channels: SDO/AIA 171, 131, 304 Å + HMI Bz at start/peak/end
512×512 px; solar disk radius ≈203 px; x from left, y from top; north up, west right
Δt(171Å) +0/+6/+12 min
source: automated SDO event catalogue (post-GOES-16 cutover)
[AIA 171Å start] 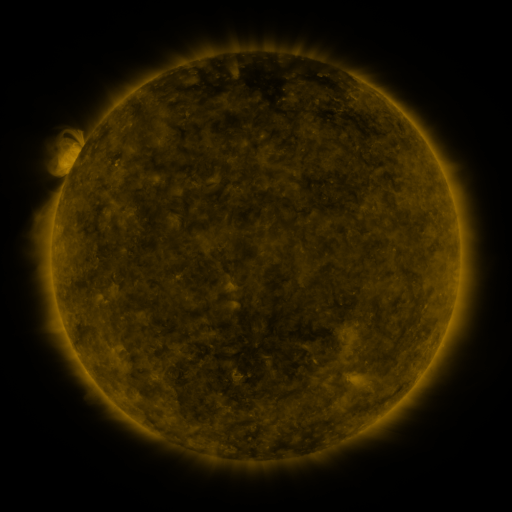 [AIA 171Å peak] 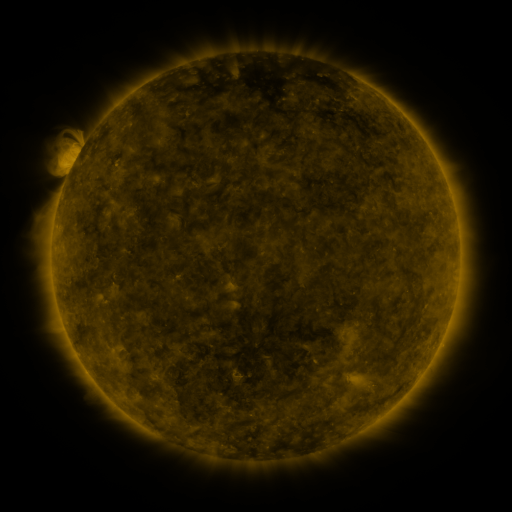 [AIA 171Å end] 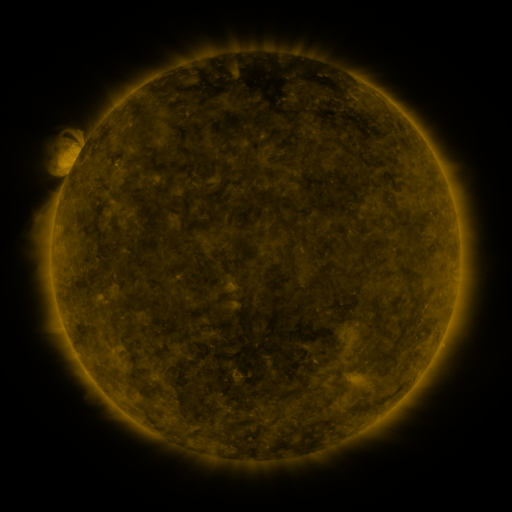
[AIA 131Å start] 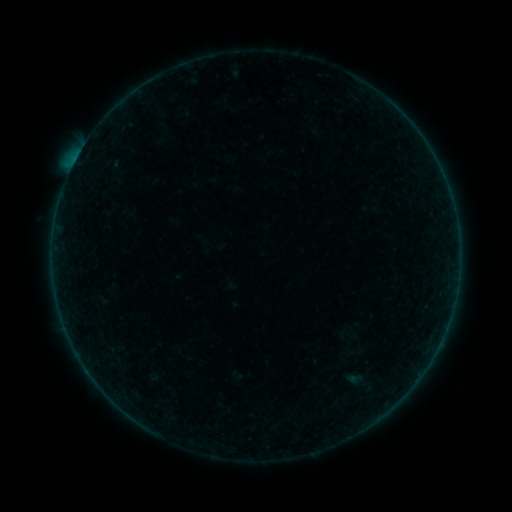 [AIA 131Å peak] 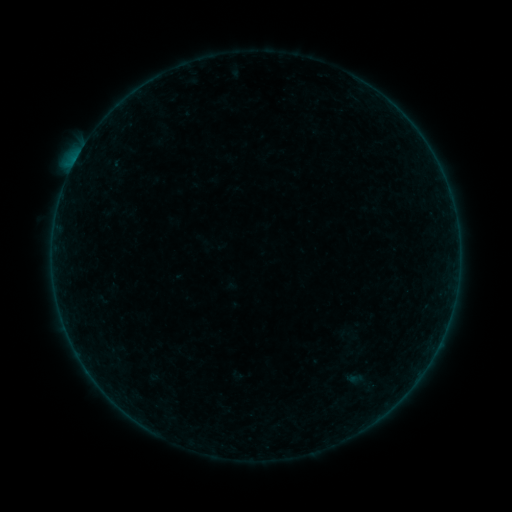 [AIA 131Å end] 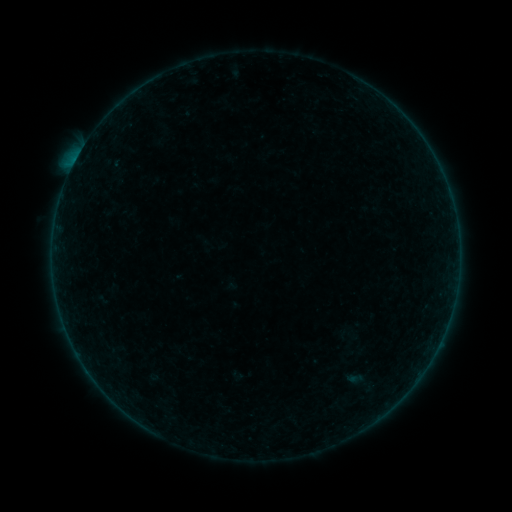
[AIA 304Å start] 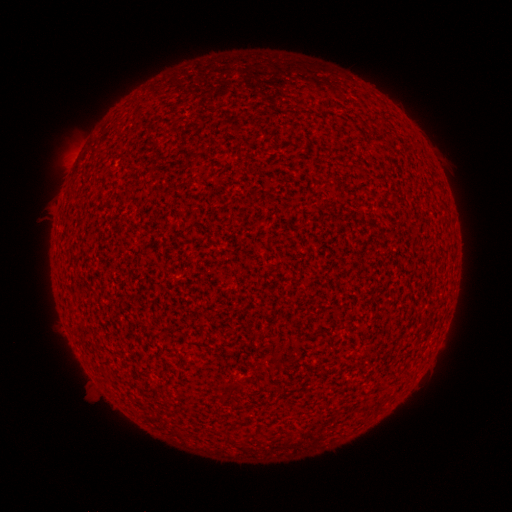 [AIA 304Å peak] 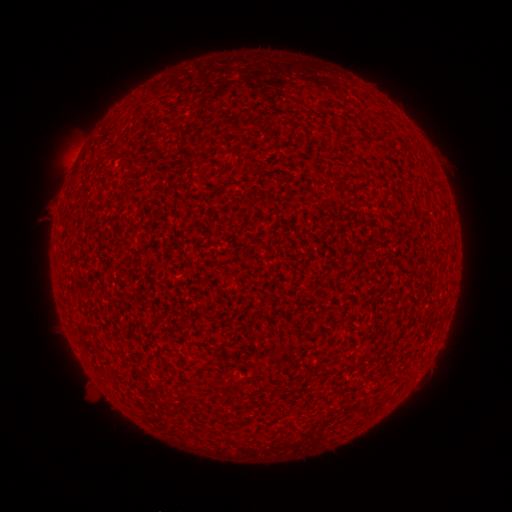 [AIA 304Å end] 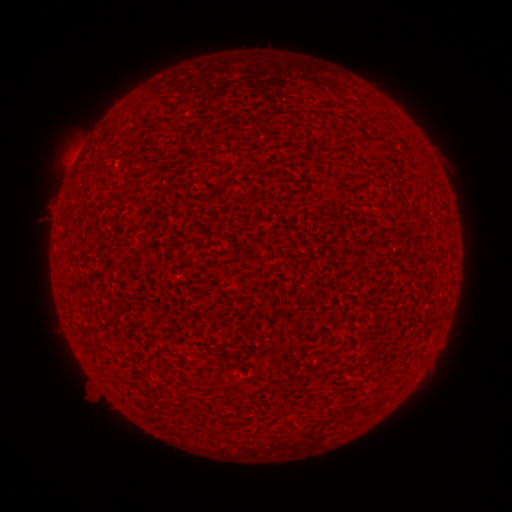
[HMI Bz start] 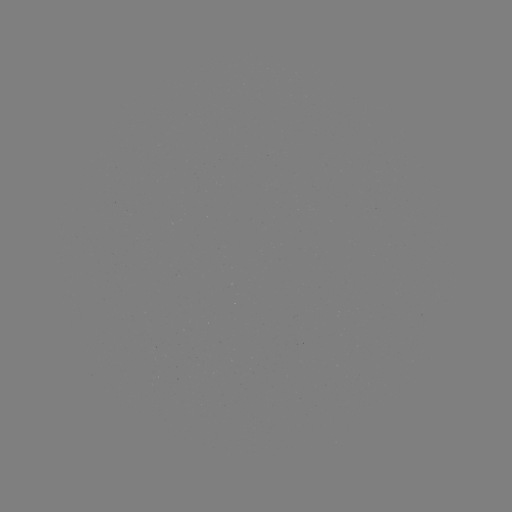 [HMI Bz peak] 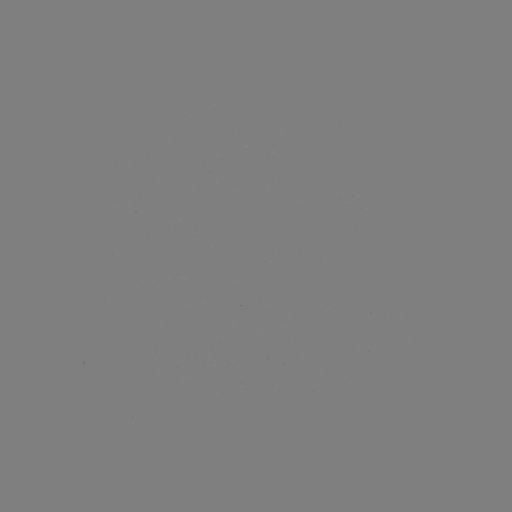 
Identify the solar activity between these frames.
A5.7 flare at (76, 162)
